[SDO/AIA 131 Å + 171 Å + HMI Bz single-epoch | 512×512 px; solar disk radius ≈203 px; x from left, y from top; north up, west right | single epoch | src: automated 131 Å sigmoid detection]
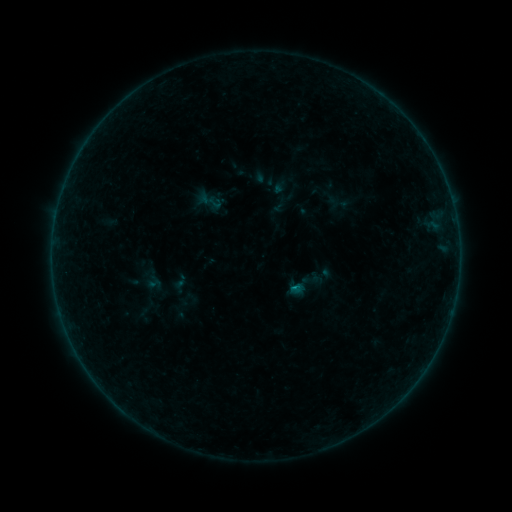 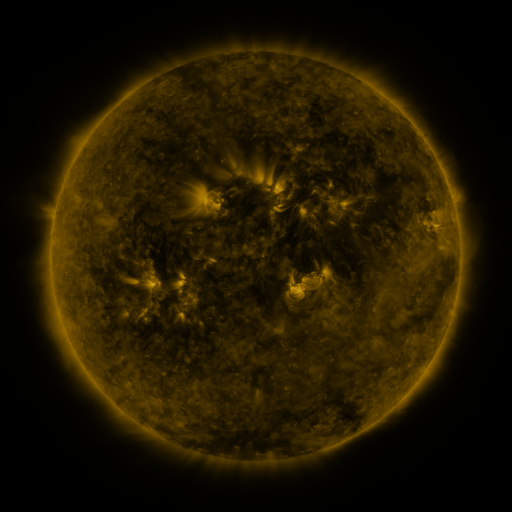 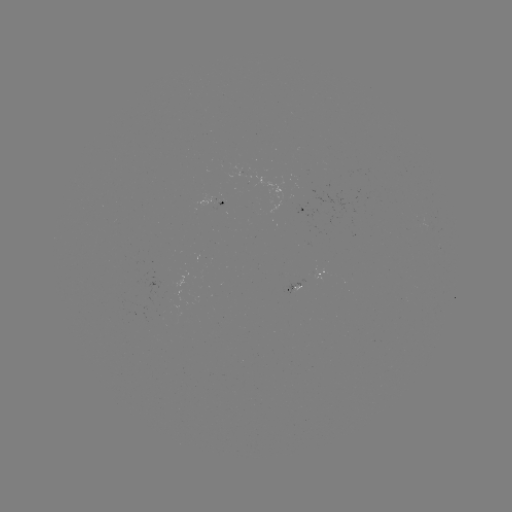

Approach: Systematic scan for sigmoid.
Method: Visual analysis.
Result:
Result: sigmoid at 311,279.